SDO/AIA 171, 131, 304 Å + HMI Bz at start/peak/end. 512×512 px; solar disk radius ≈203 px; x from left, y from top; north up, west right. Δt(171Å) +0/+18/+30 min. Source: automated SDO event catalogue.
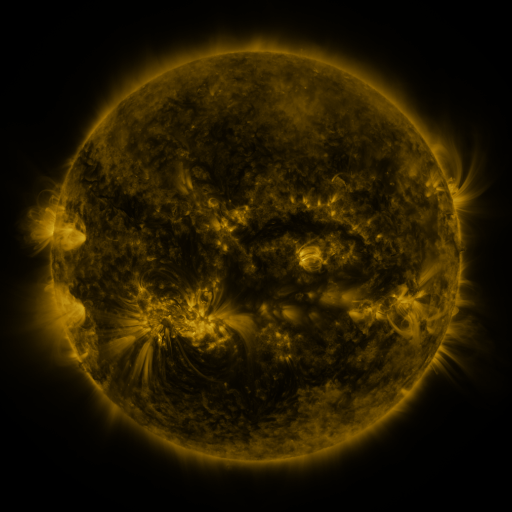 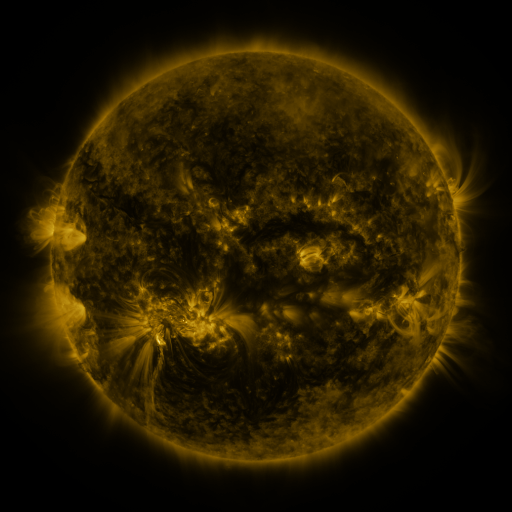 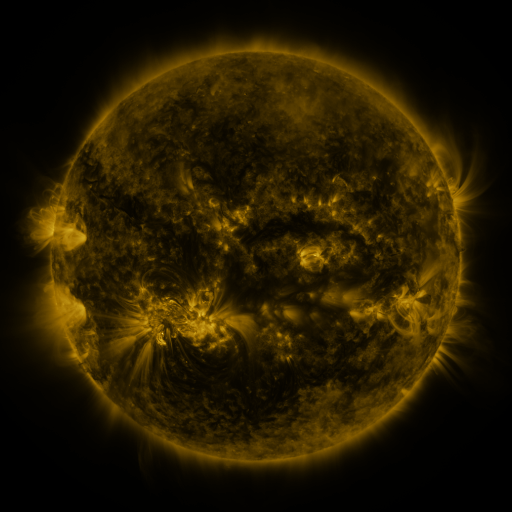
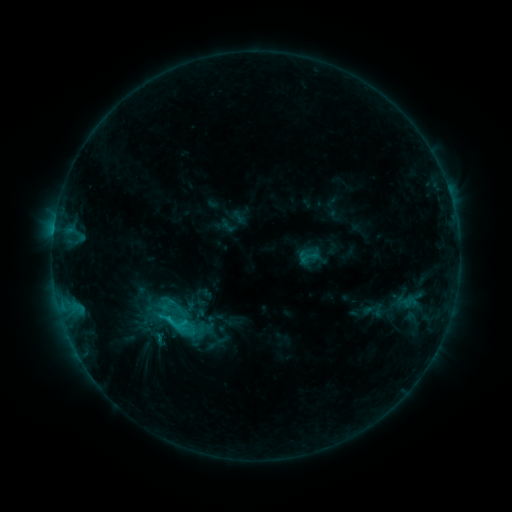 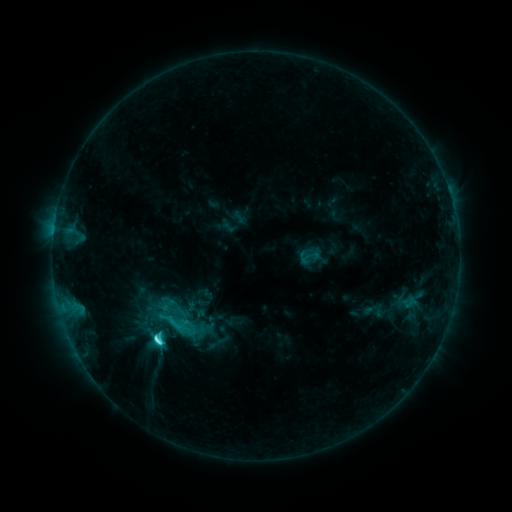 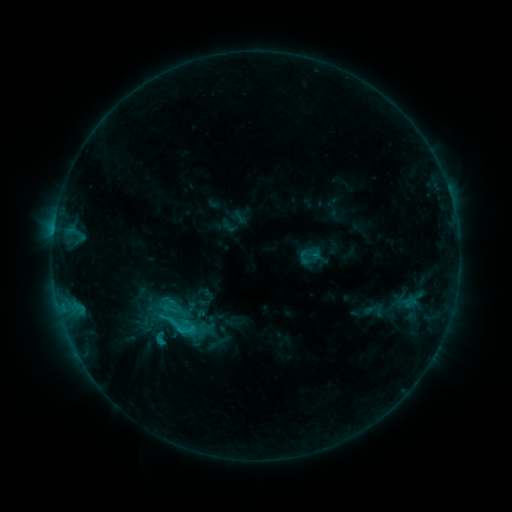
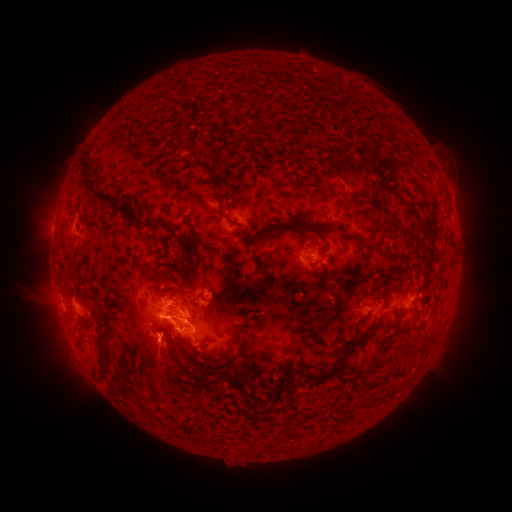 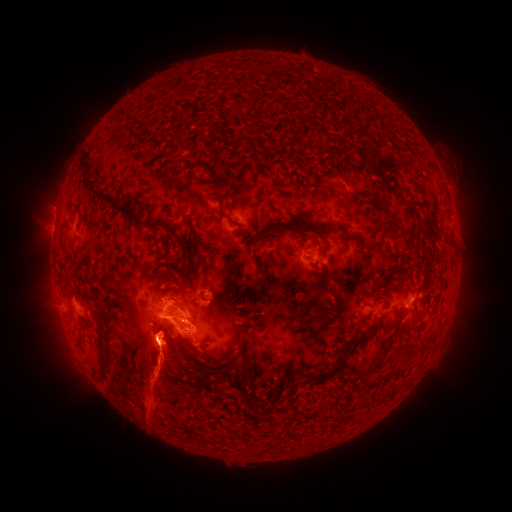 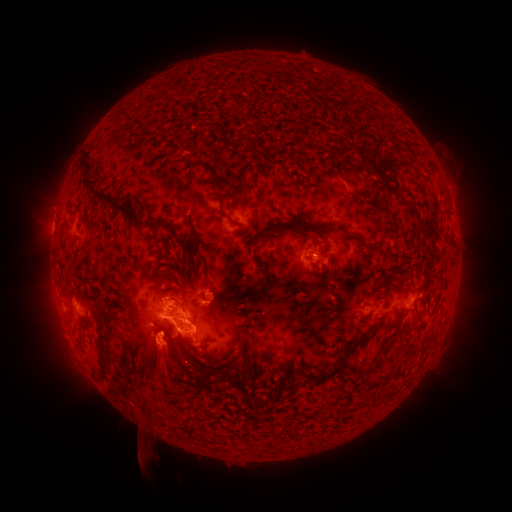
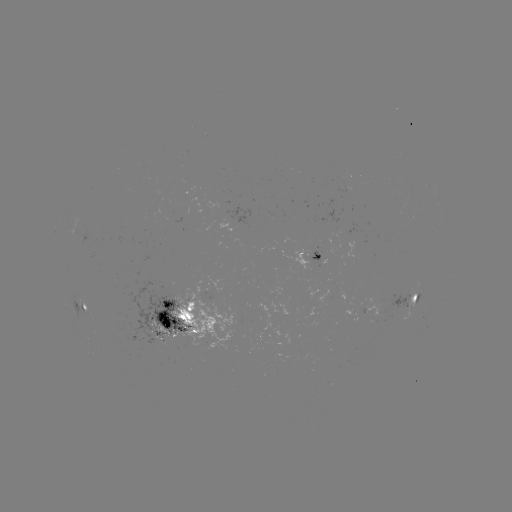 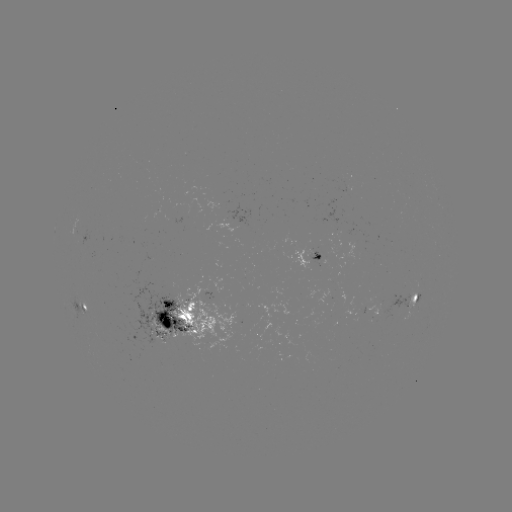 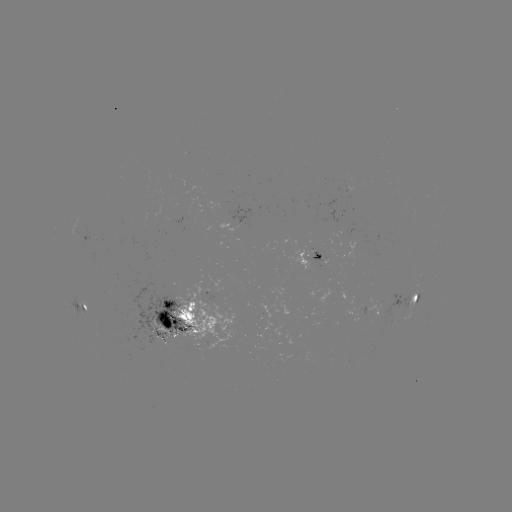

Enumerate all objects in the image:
eruption: (159, 372)
